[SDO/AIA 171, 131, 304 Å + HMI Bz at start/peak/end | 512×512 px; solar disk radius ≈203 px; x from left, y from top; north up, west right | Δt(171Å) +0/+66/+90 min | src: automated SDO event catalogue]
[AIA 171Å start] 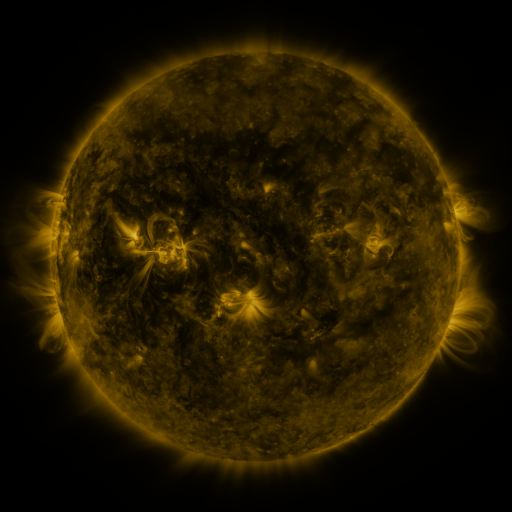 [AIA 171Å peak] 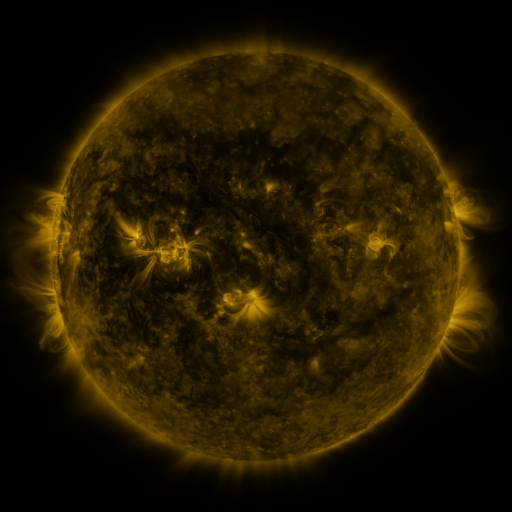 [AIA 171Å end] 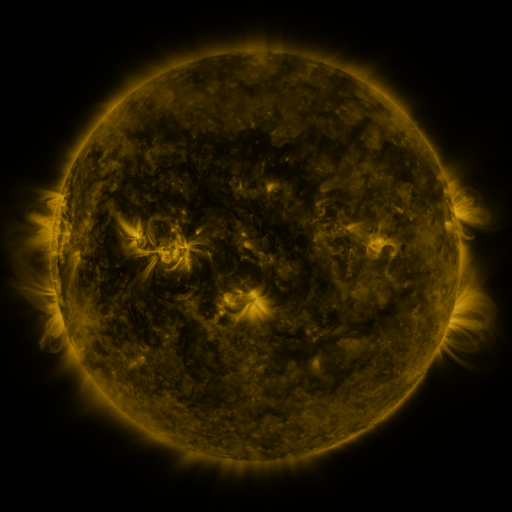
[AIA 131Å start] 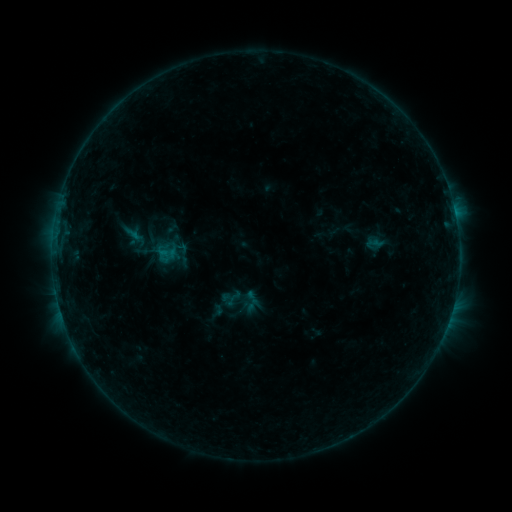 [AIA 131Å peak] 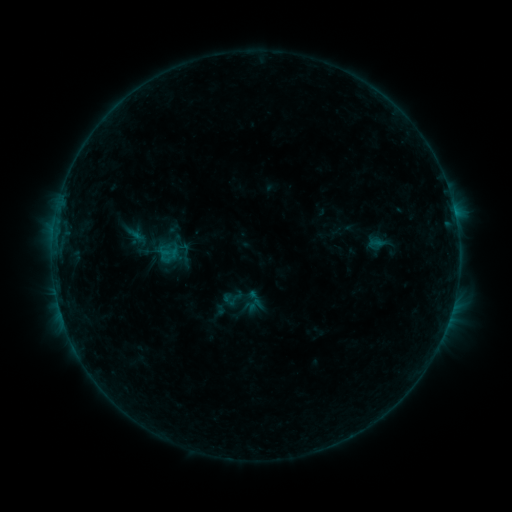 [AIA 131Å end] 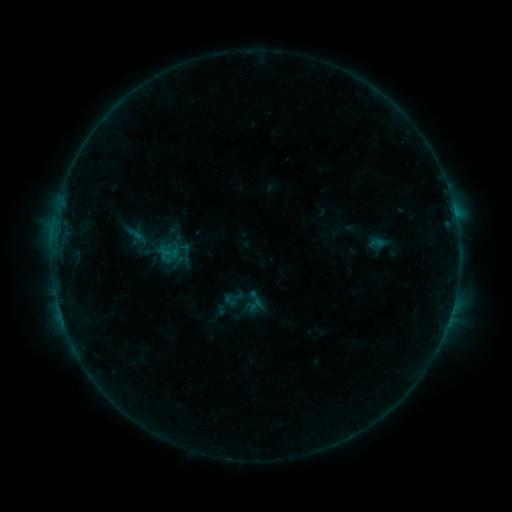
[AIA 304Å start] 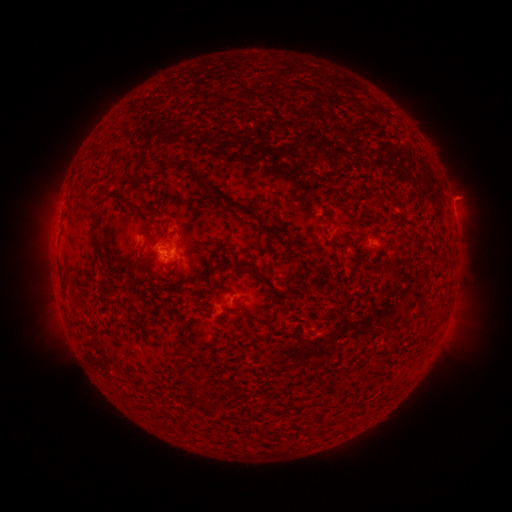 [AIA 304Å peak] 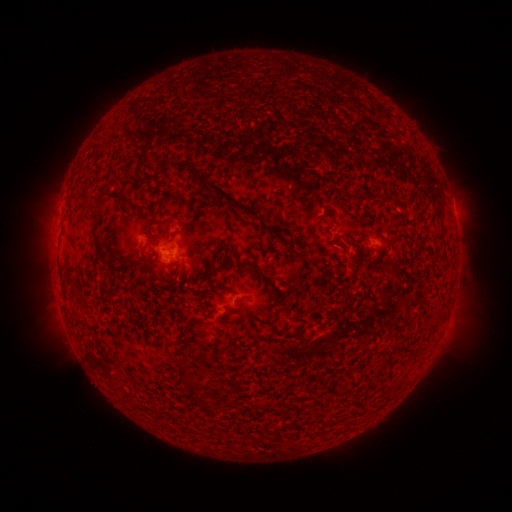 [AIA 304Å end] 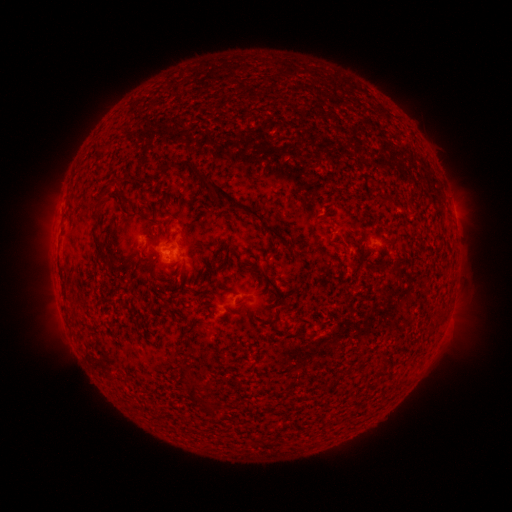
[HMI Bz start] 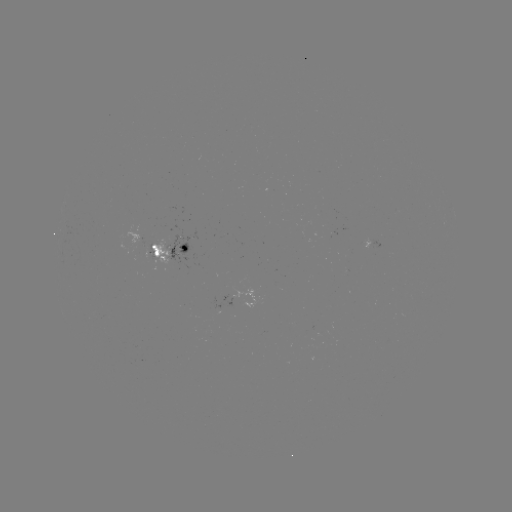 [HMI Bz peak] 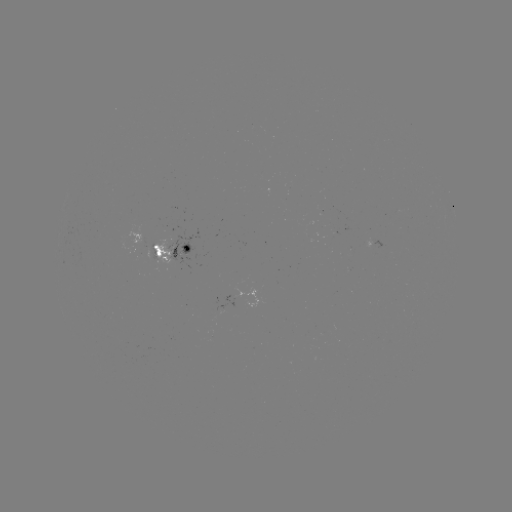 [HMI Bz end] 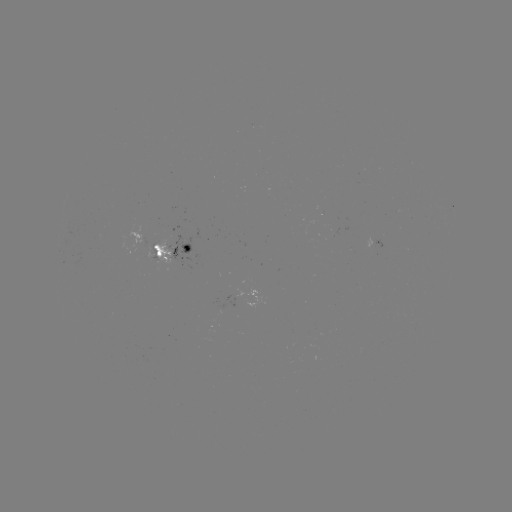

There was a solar emerging-flux region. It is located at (152, 254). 